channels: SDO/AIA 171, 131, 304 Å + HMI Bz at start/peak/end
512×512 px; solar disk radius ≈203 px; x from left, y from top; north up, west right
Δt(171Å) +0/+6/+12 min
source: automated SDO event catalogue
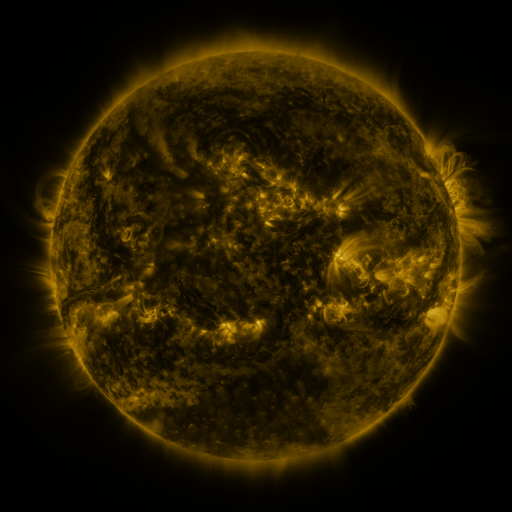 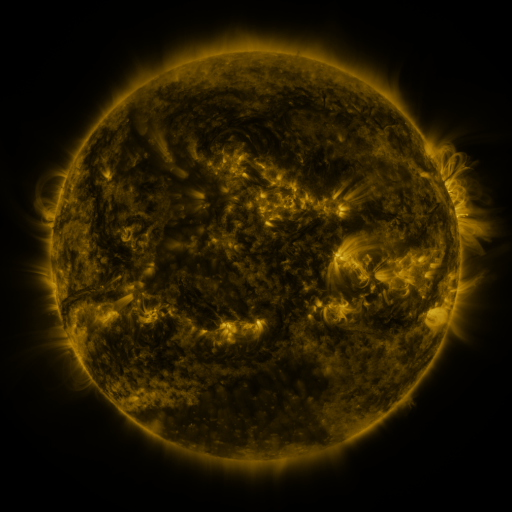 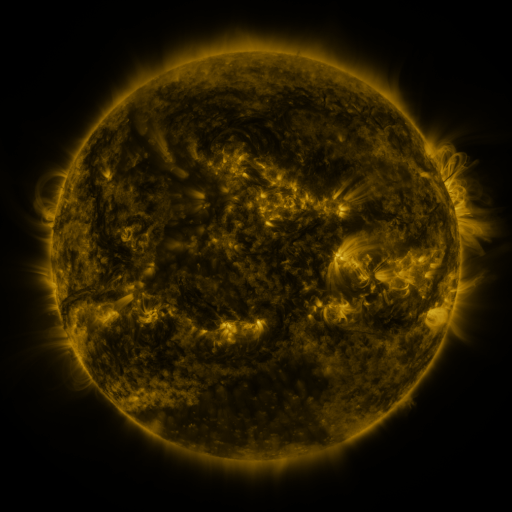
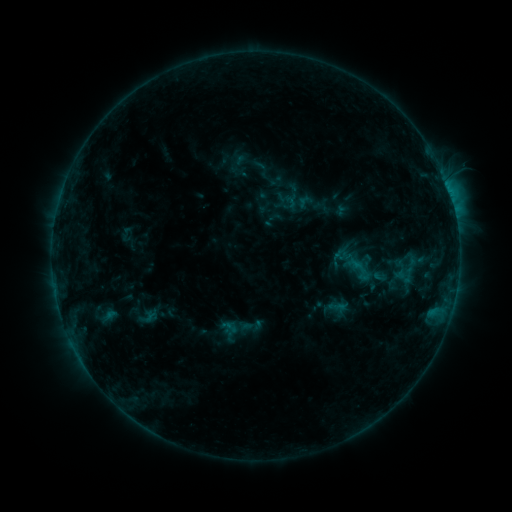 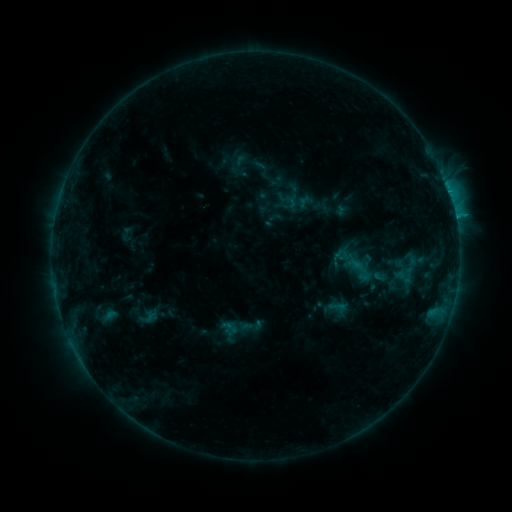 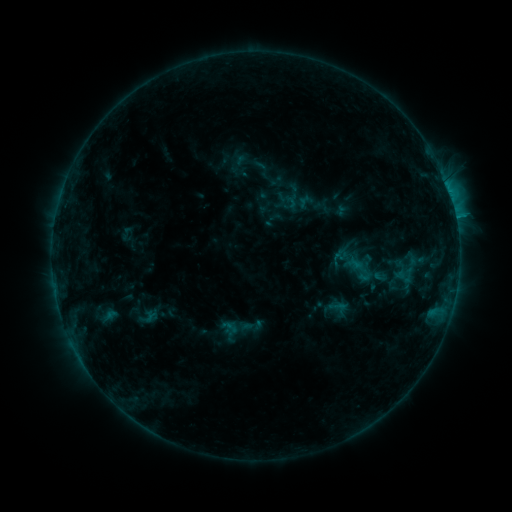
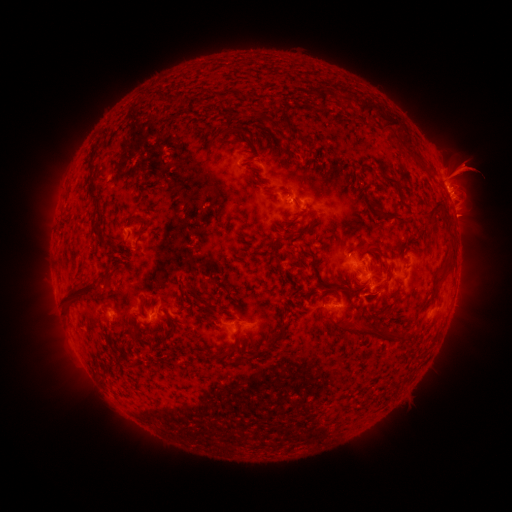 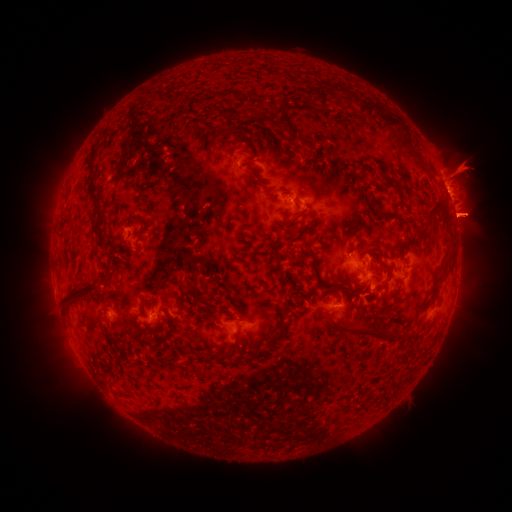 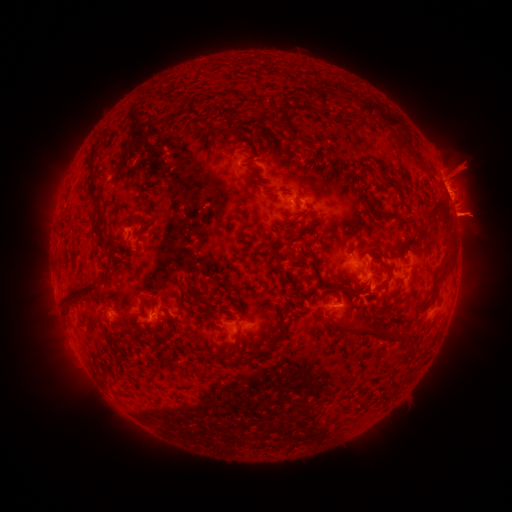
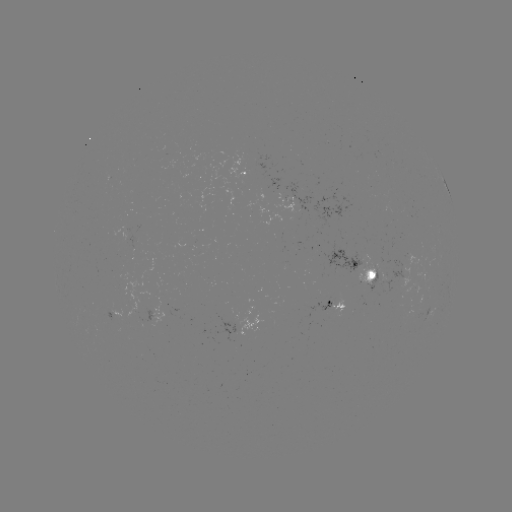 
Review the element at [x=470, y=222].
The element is eruption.